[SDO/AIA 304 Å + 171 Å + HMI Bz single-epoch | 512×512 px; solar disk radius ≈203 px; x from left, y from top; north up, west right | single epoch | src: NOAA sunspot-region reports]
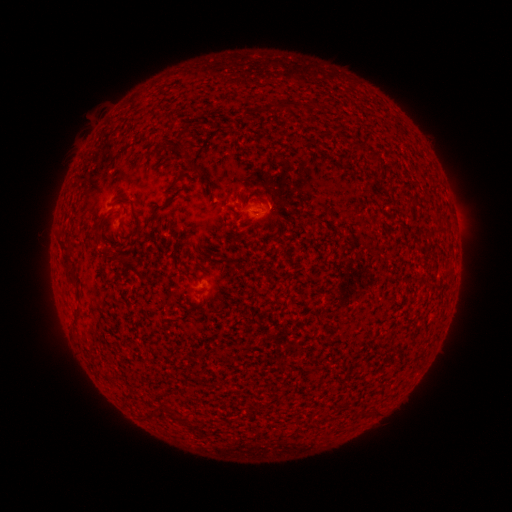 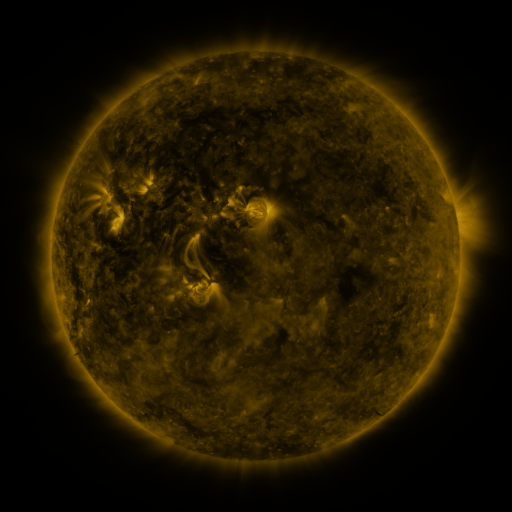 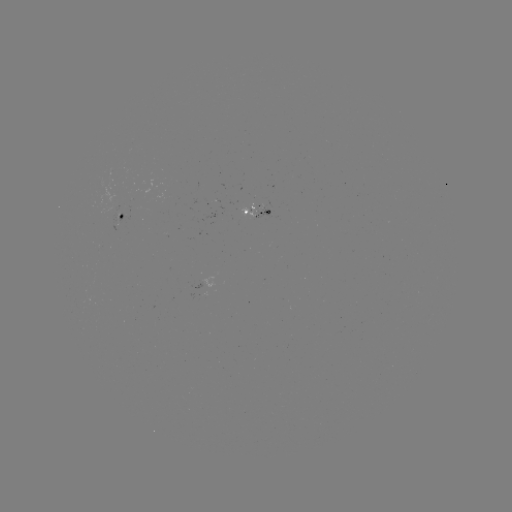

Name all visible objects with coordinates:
spotted active region: (256, 210)
spotted active region: (122, 216)
